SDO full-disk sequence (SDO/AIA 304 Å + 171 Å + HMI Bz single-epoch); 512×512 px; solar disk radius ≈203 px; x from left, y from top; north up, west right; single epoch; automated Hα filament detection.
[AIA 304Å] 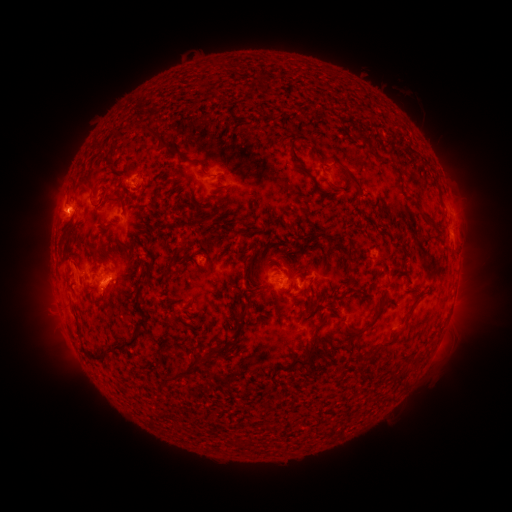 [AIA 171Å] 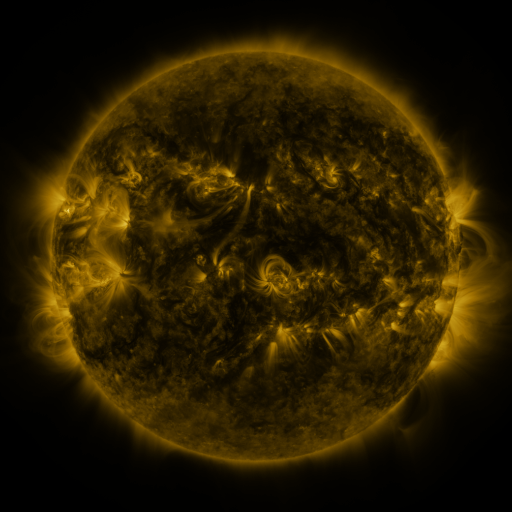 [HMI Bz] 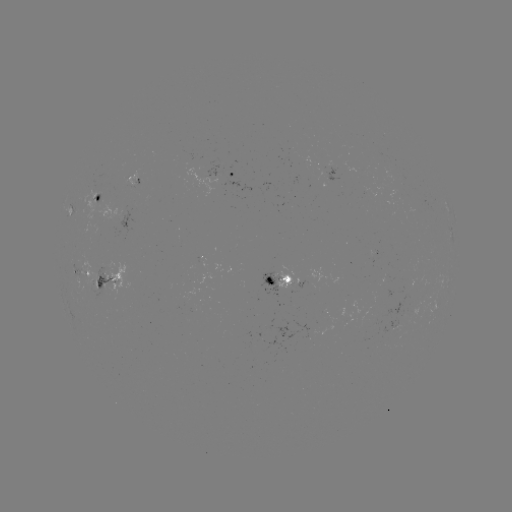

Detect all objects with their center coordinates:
filament: (151, 130)
filament: (363, 138)
filament: (193, 161)
filament: (302, 167)
filament: (322, 169)
filament: (84, 184)
filament: (357, 184)
filament: (118, 192)
filament: (126, 251)
filament: (348, 252)
filament: (150, 266)
filament: (268, 282)
filament: (288, 290)
filament: (242, 313)
filament: (376, 317)
filament: (408, 317)
filament: (109, 344)
filament: (385, 345)
filament: (310, 347)
filament: (221, 349)
filament: (189, 367)
